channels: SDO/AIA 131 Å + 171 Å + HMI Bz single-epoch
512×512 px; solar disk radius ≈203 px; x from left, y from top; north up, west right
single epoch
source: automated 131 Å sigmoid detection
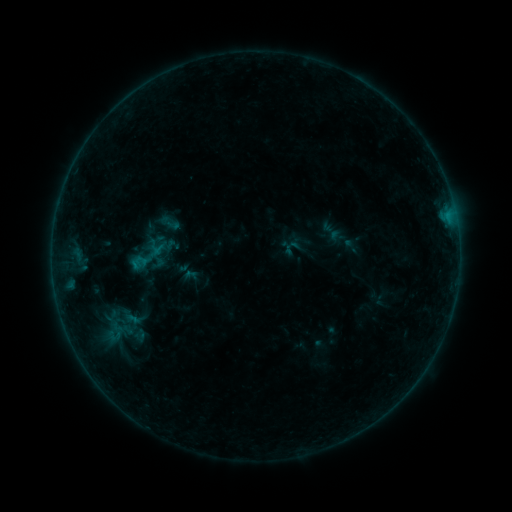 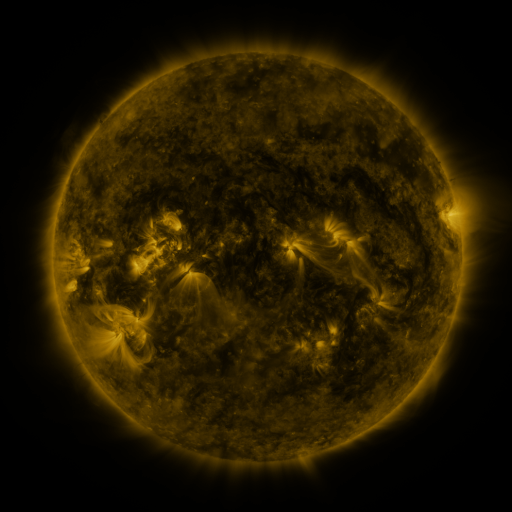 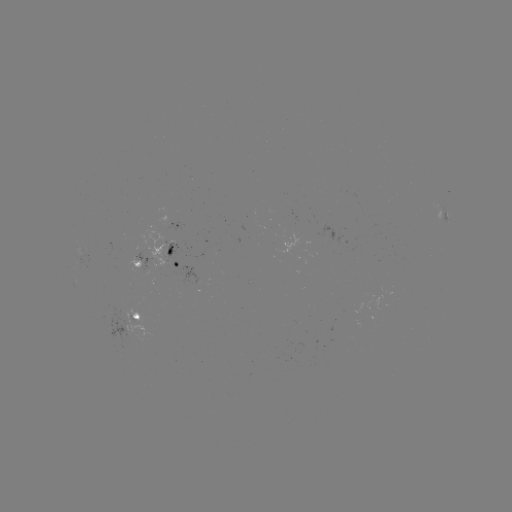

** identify sigmoid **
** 169,223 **